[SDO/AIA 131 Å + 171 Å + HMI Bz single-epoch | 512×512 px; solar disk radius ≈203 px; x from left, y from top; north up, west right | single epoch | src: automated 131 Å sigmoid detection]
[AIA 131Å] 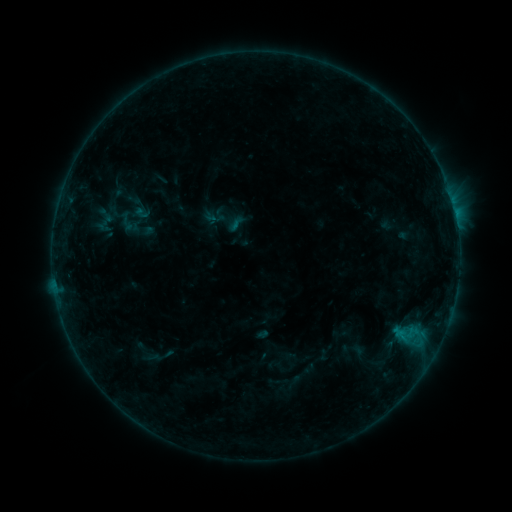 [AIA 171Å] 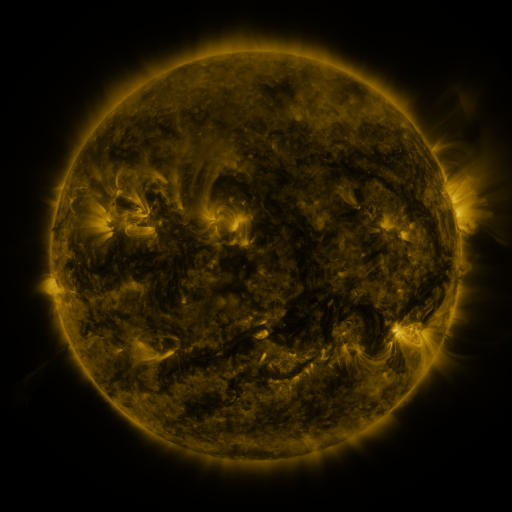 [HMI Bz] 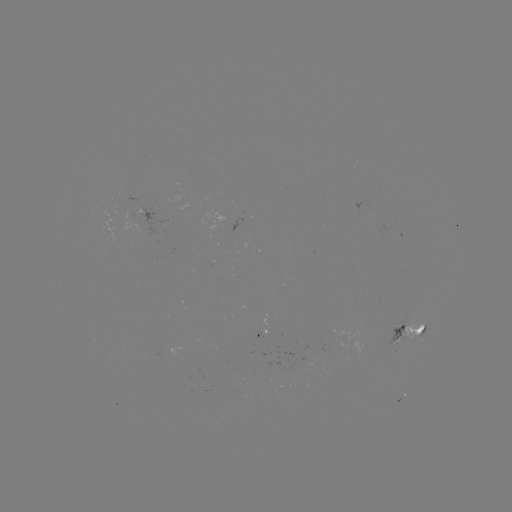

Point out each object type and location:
sigmoid: (132, 212)
sigmoid: (106, 223)
